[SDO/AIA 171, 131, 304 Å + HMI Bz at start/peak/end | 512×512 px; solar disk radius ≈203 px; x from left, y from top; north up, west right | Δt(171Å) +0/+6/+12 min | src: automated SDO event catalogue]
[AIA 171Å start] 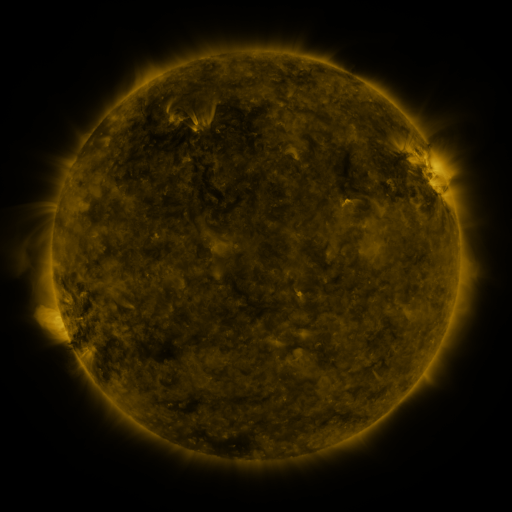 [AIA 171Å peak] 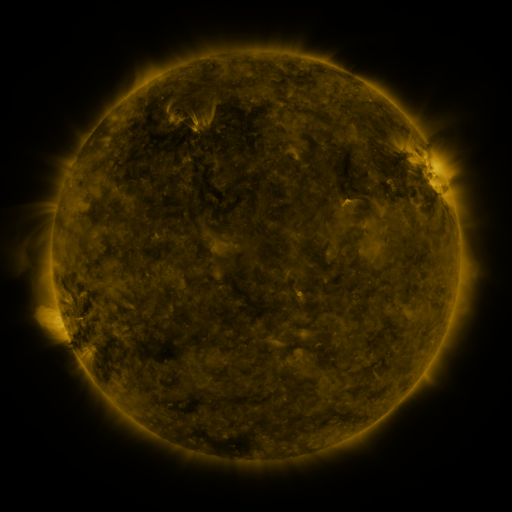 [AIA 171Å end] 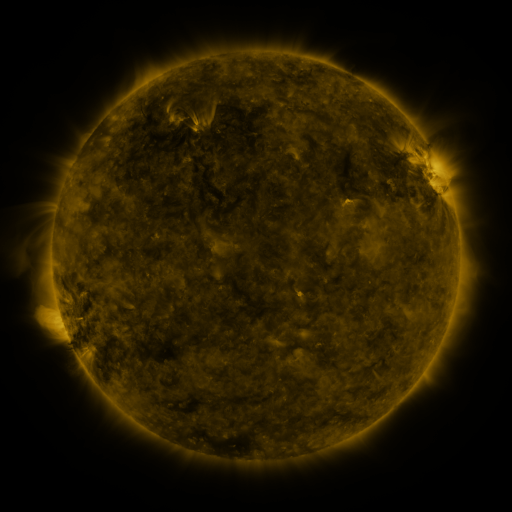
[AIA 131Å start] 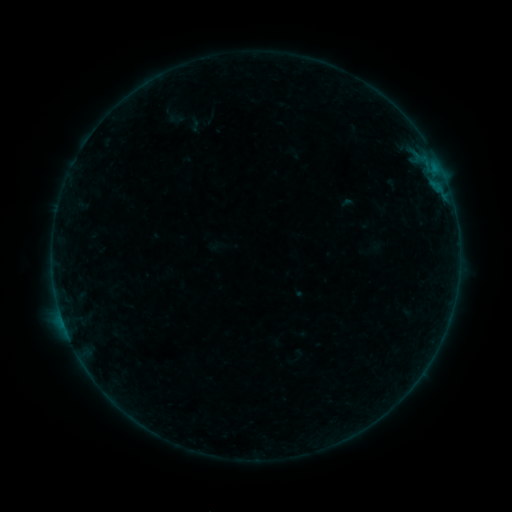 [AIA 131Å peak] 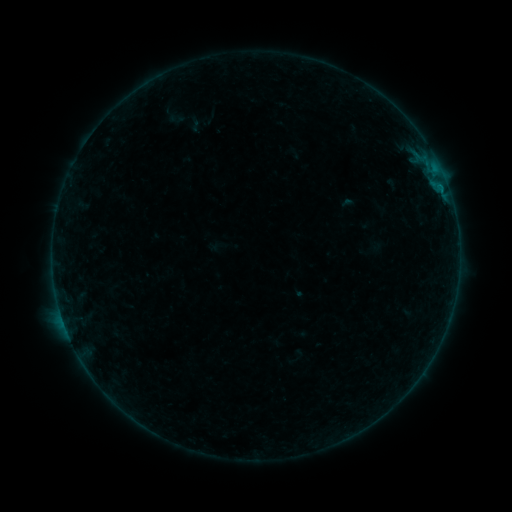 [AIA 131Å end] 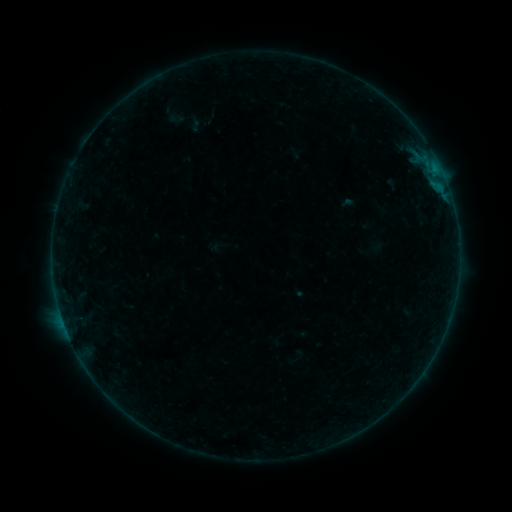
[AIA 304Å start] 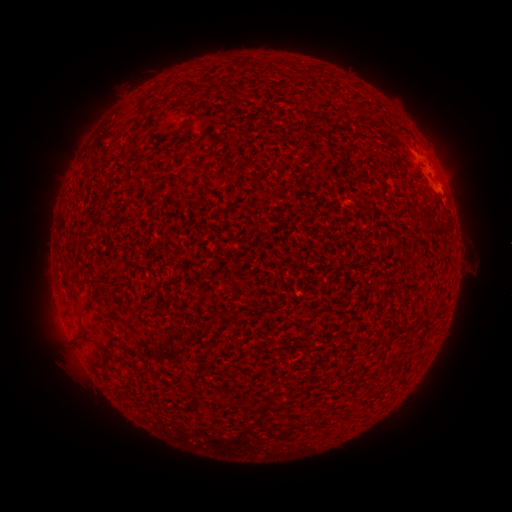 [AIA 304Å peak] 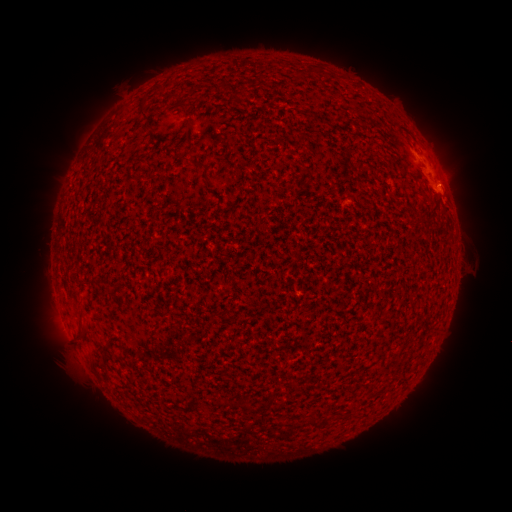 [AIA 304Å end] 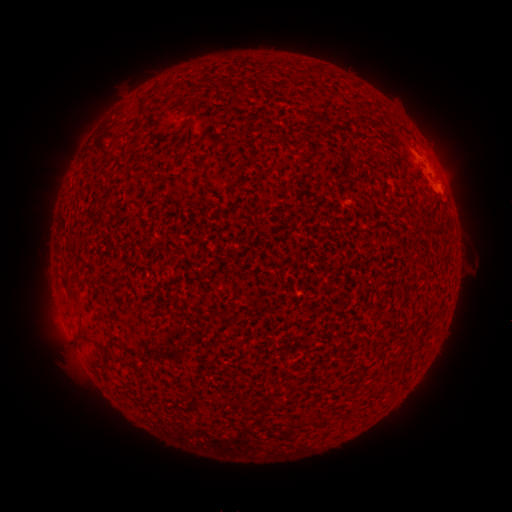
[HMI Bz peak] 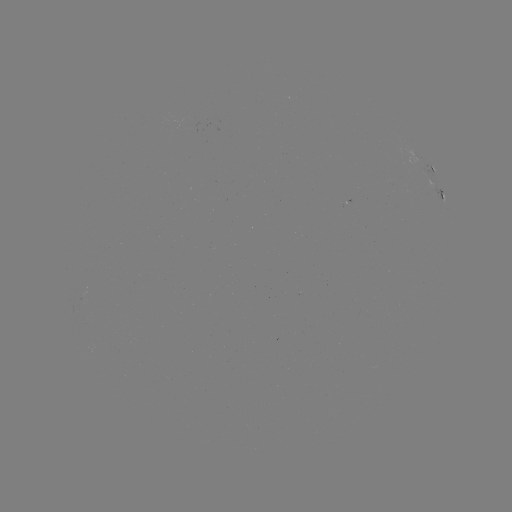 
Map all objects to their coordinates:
B1.3 flare: (67, 330)
